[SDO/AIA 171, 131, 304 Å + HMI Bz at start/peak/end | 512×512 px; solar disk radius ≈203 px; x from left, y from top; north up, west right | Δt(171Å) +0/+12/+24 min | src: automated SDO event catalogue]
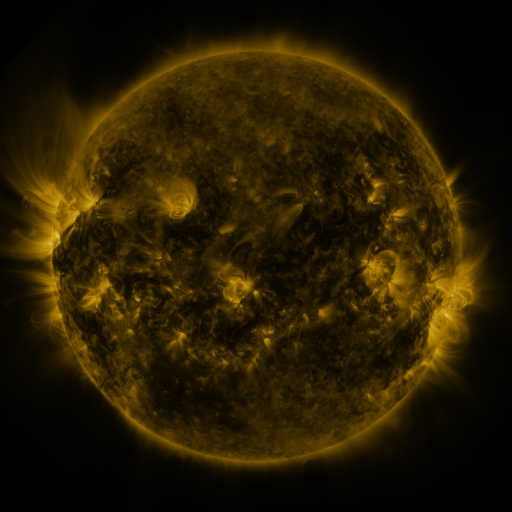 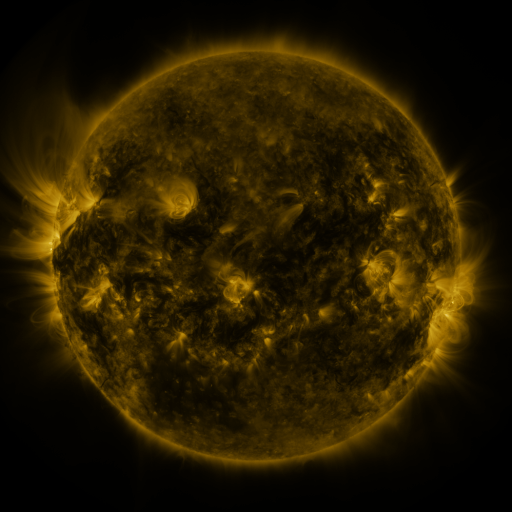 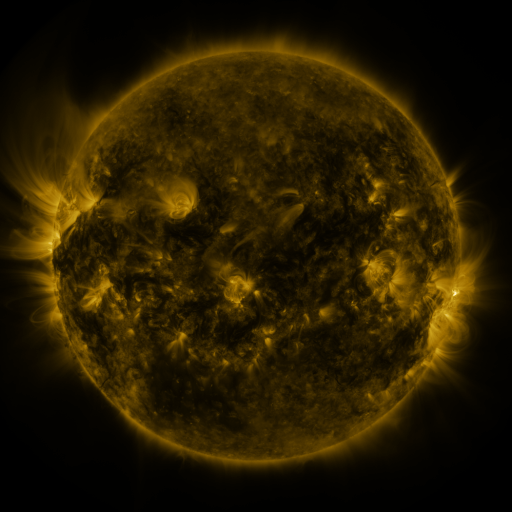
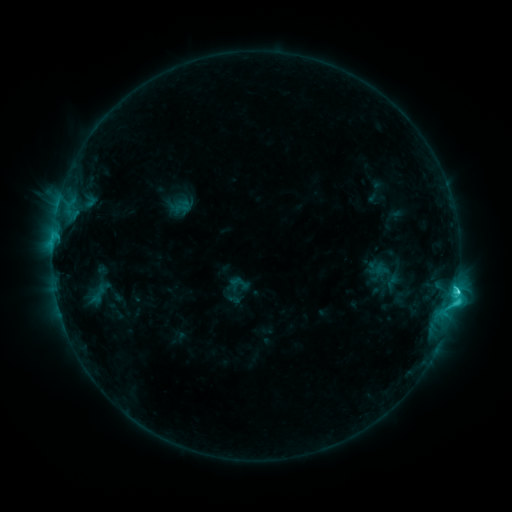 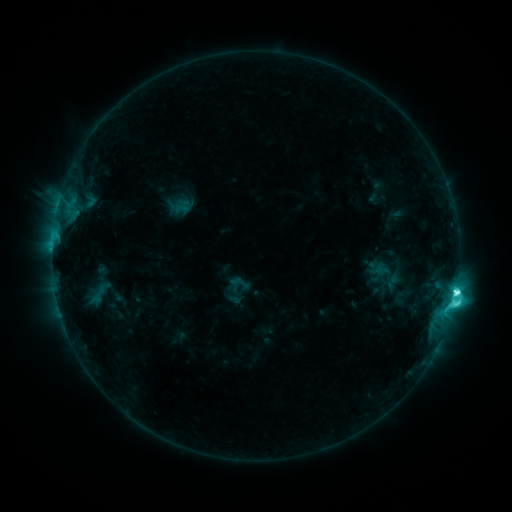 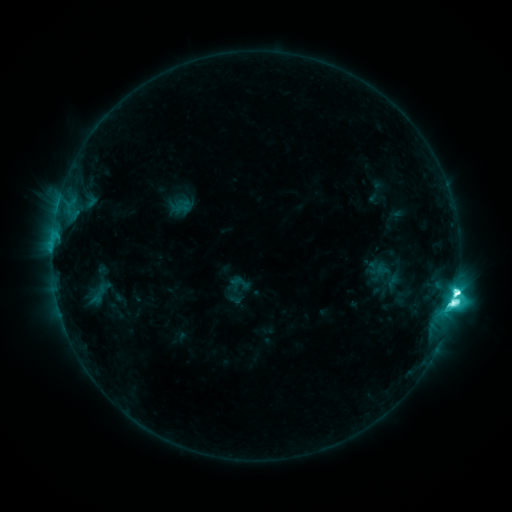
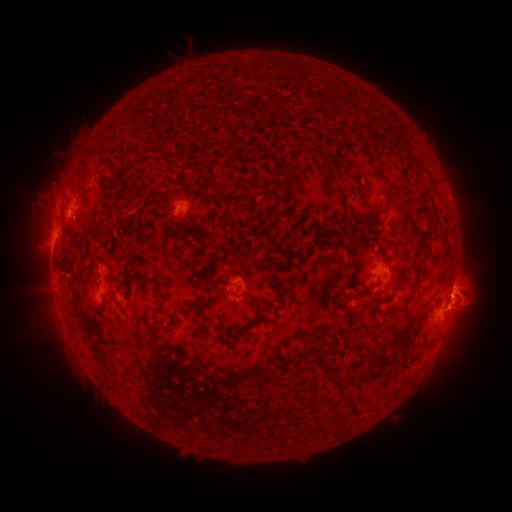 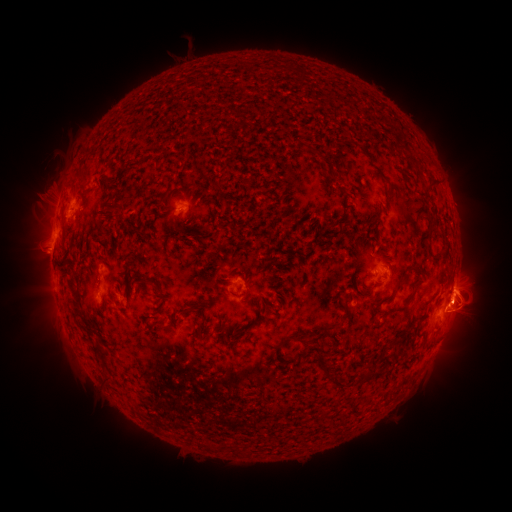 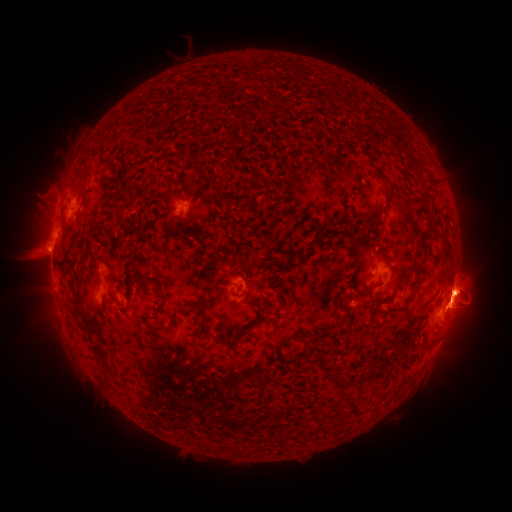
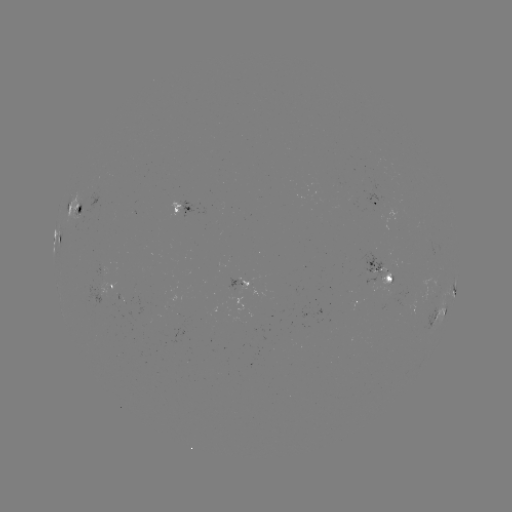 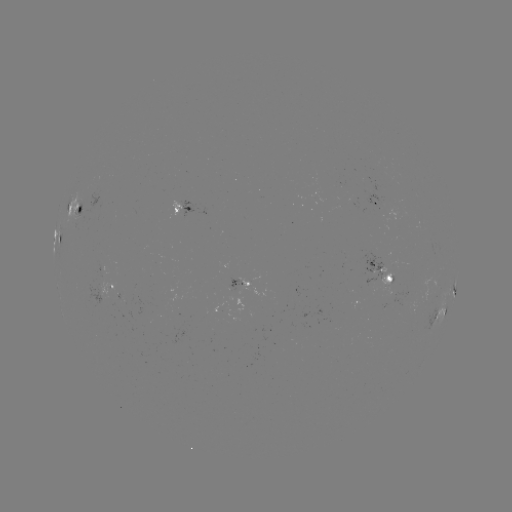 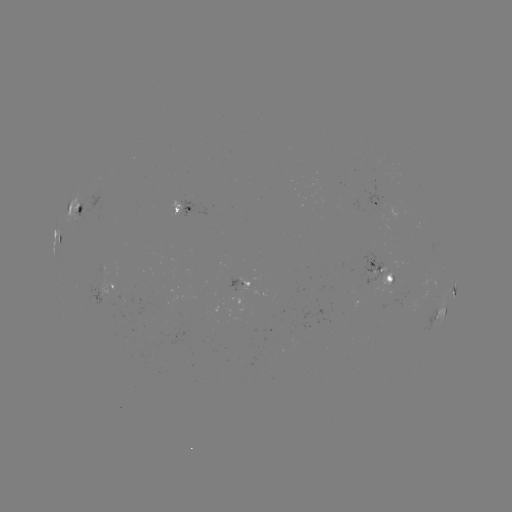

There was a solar eruption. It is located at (464, 297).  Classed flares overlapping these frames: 1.